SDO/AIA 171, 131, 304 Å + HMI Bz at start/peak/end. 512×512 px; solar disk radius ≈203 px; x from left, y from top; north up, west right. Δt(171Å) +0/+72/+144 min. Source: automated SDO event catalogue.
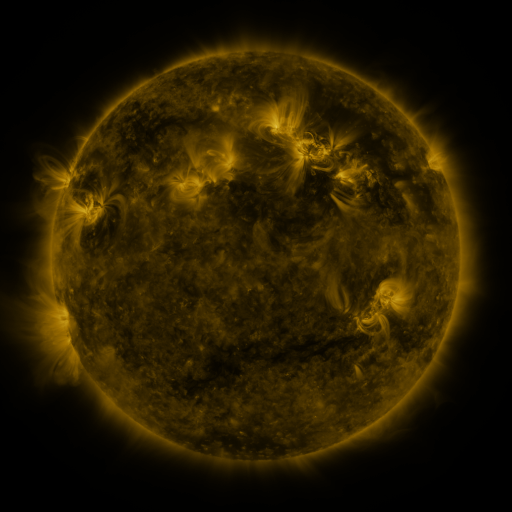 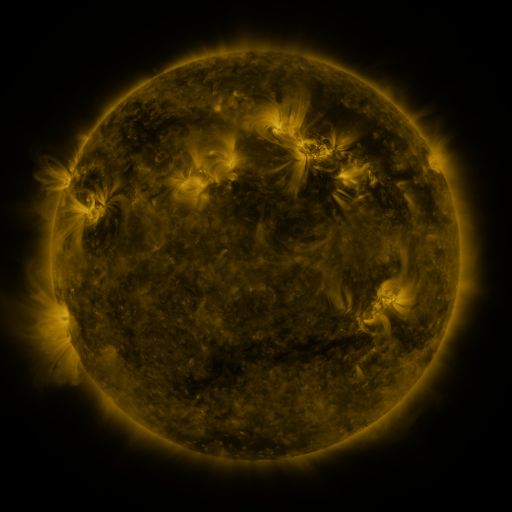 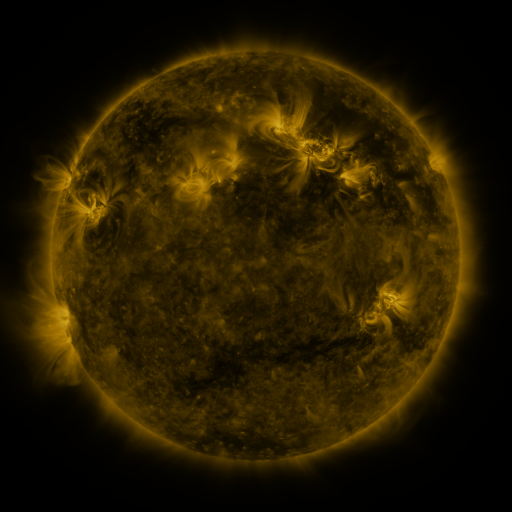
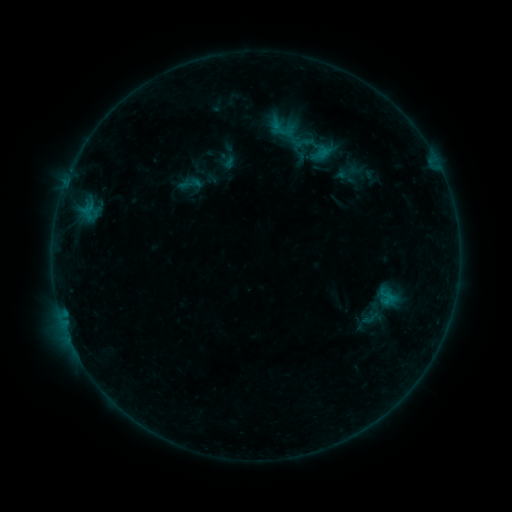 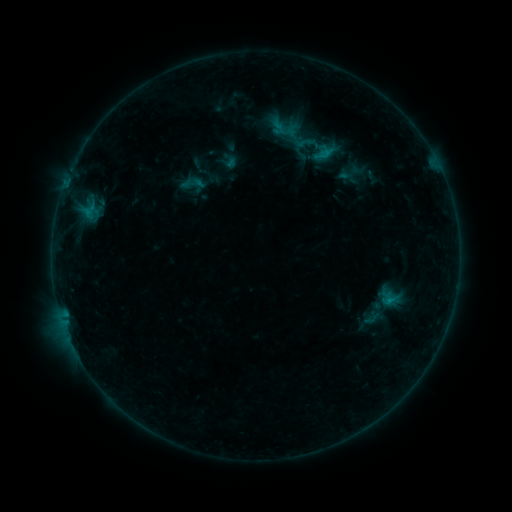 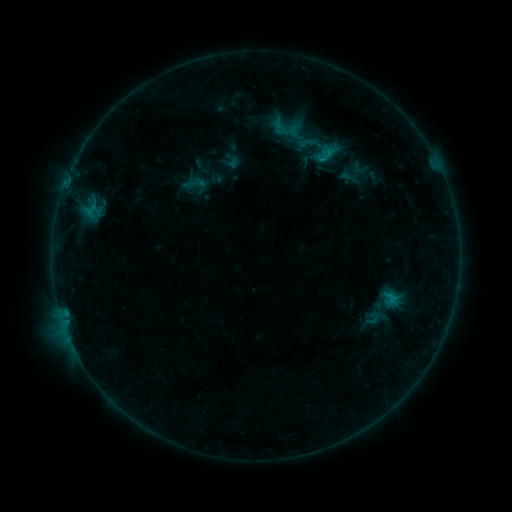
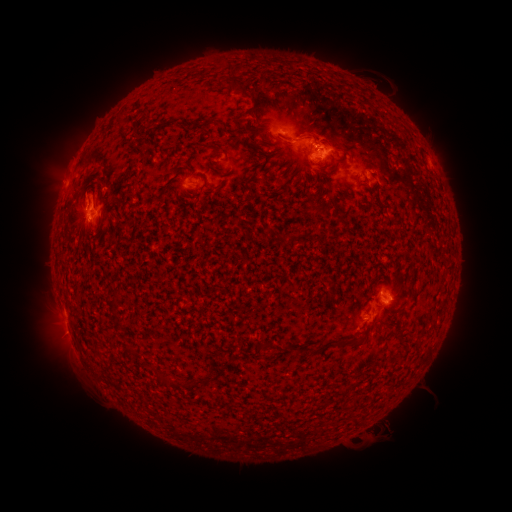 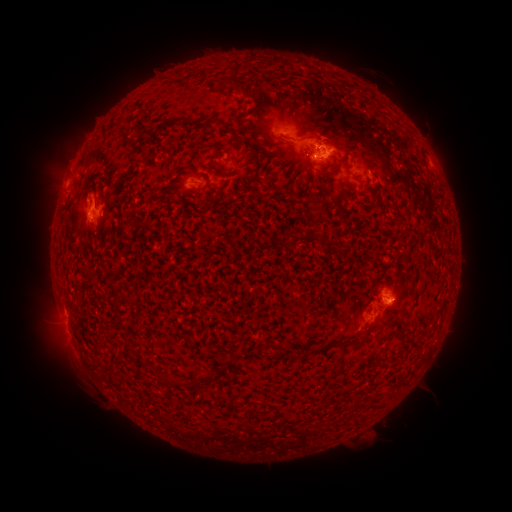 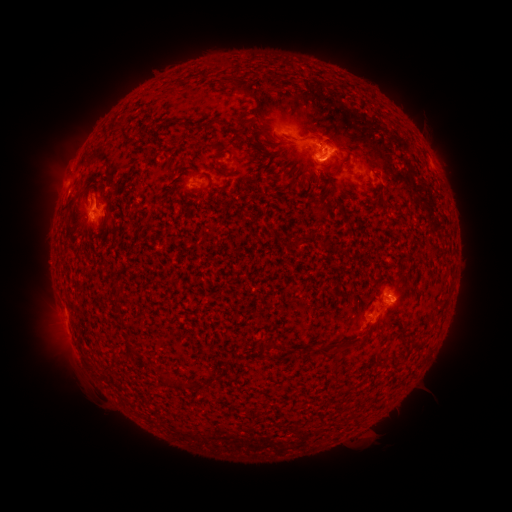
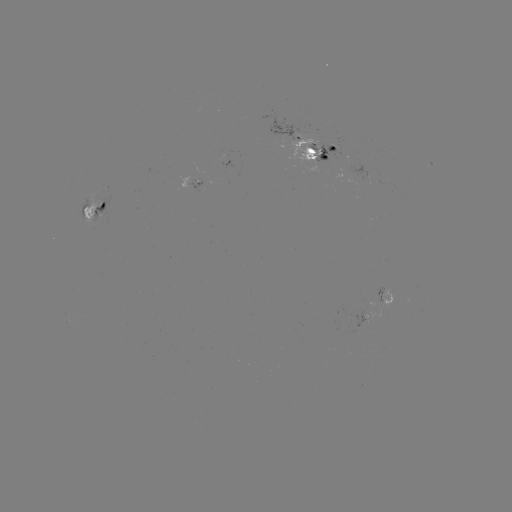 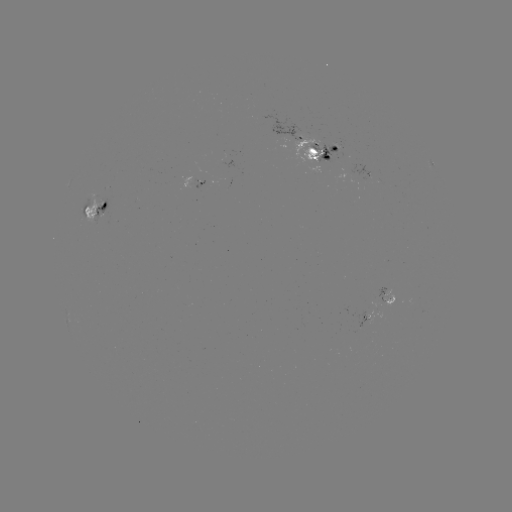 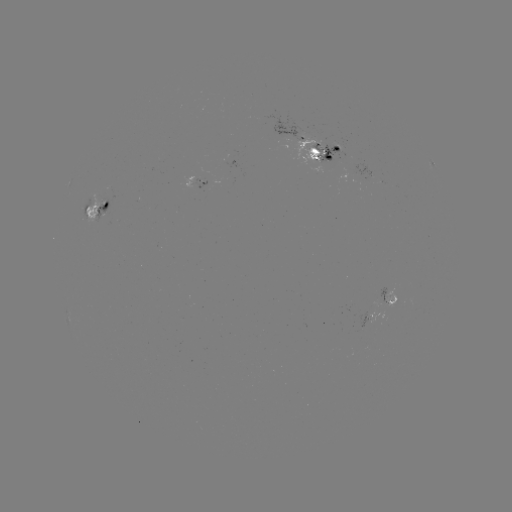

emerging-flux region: [383, 294, 395, 309]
